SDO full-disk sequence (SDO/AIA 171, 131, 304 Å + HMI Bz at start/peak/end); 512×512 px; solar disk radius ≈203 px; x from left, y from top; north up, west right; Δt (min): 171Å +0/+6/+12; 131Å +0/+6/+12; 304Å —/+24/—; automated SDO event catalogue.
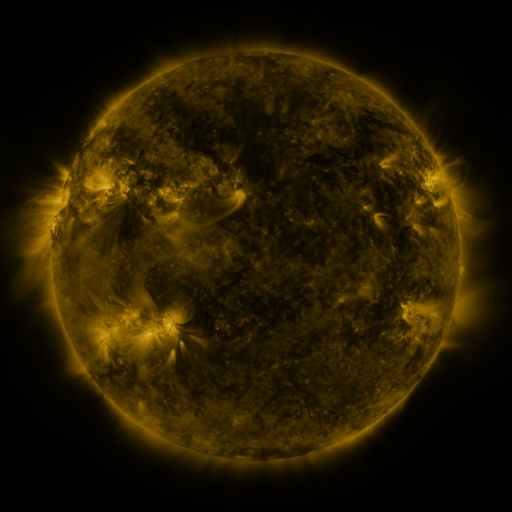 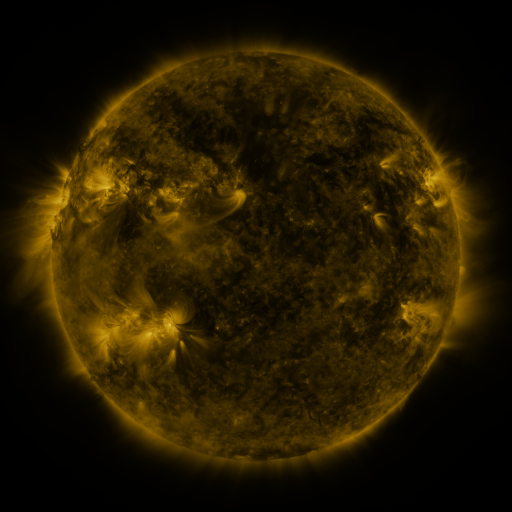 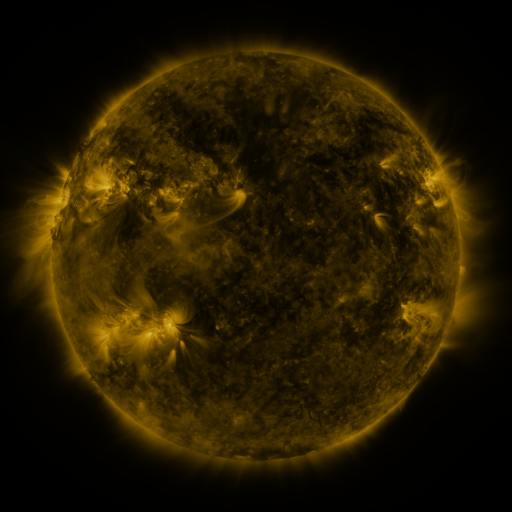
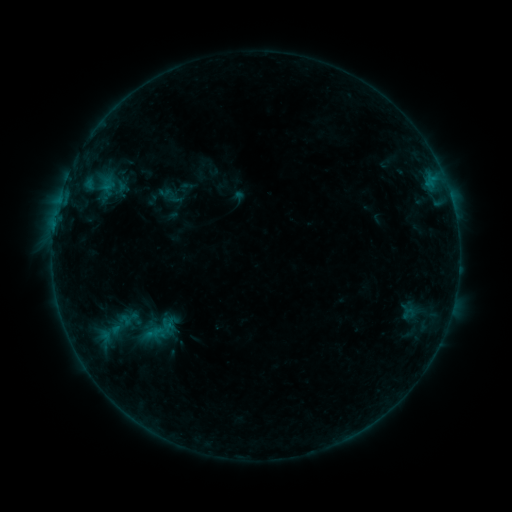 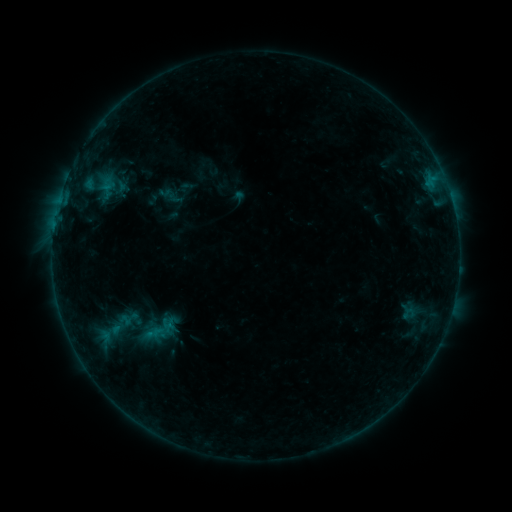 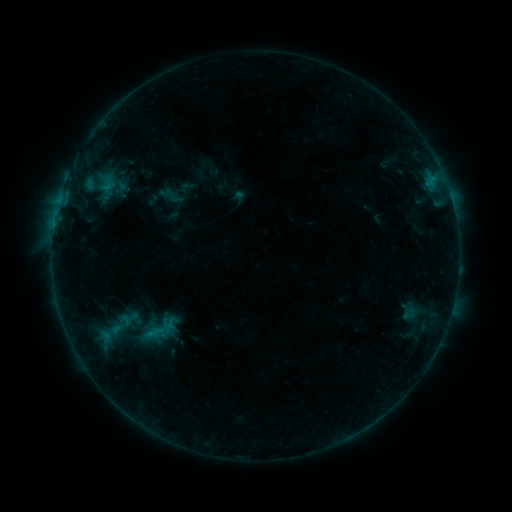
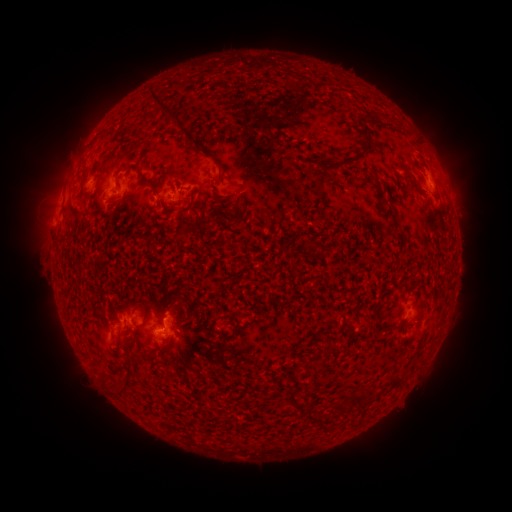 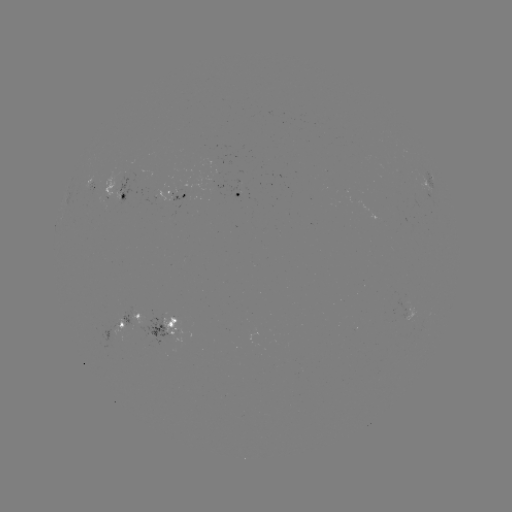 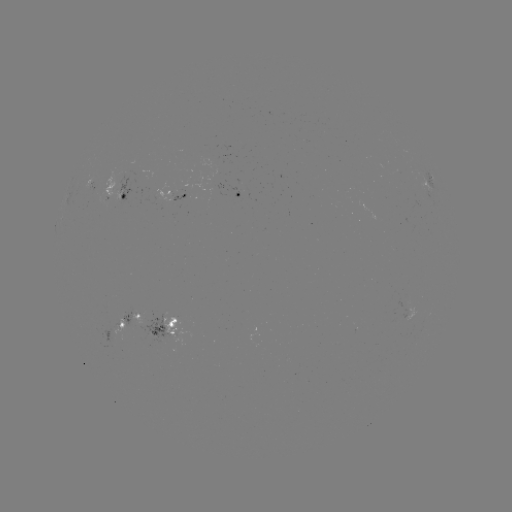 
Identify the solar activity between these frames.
eruption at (285, 251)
